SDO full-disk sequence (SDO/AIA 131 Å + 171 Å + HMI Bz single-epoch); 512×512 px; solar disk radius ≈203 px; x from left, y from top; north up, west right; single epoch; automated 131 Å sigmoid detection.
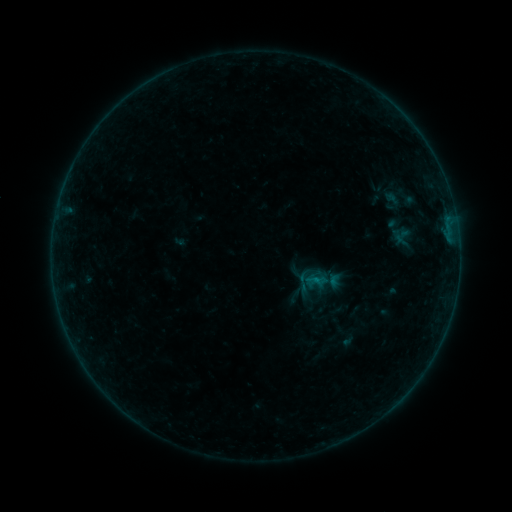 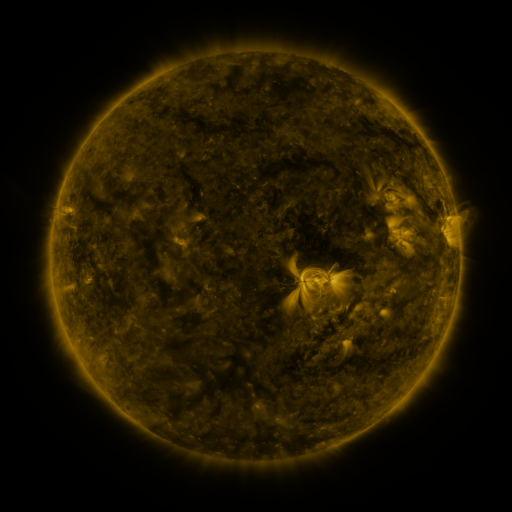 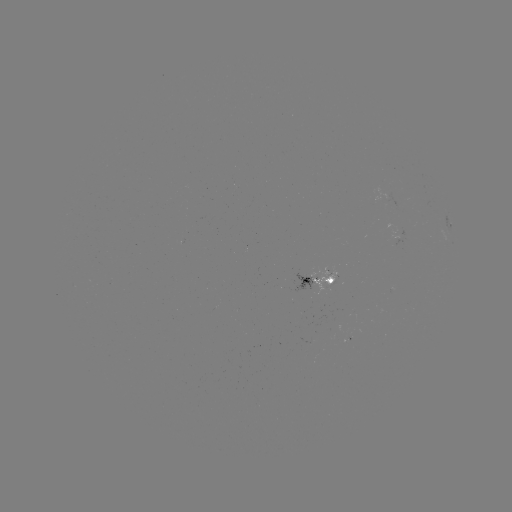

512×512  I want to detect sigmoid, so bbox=[292, 270, 314, 292].